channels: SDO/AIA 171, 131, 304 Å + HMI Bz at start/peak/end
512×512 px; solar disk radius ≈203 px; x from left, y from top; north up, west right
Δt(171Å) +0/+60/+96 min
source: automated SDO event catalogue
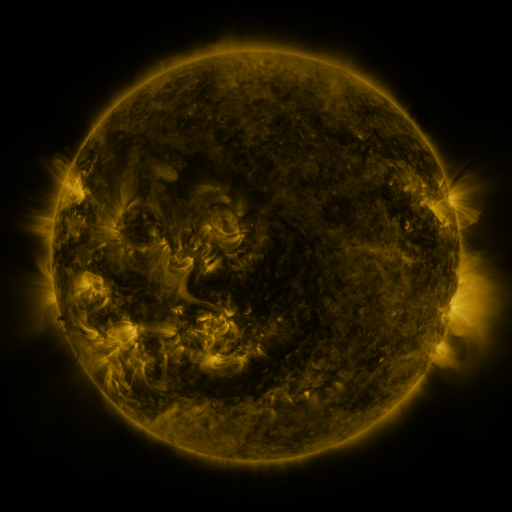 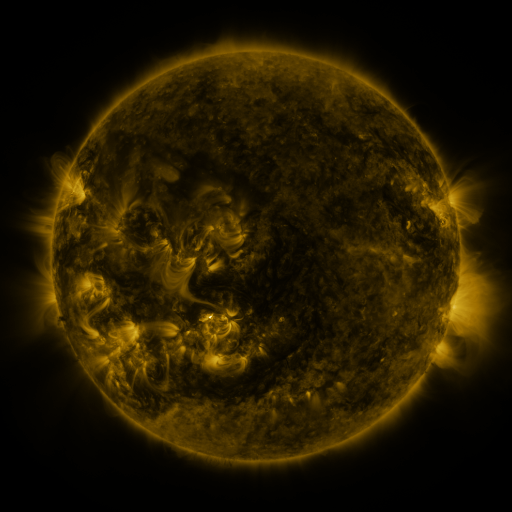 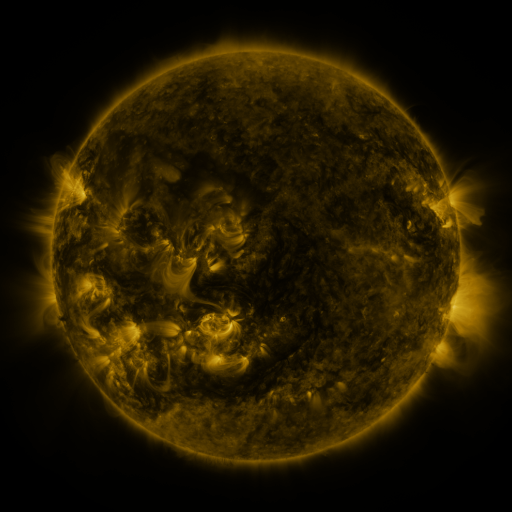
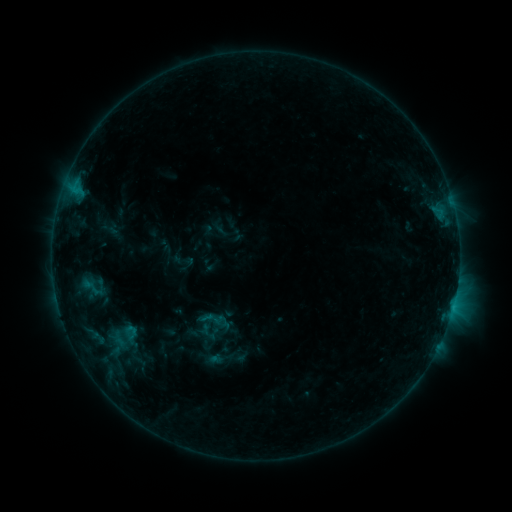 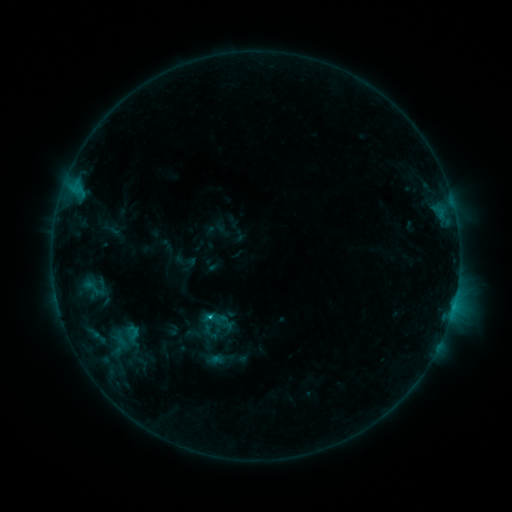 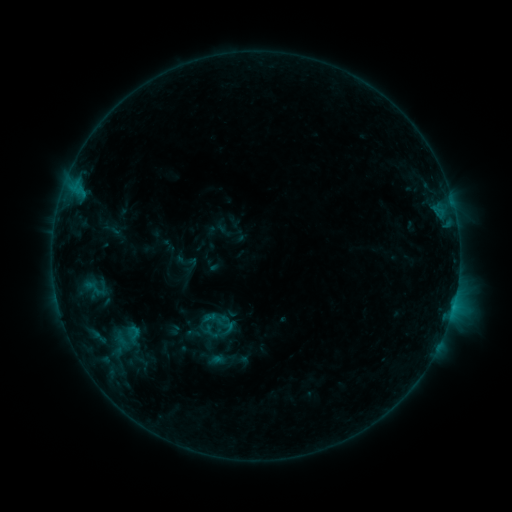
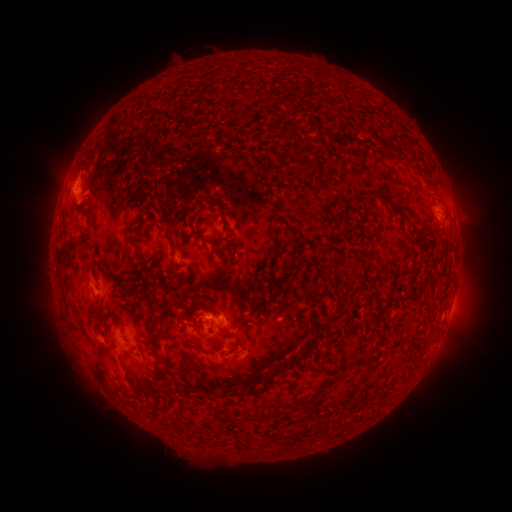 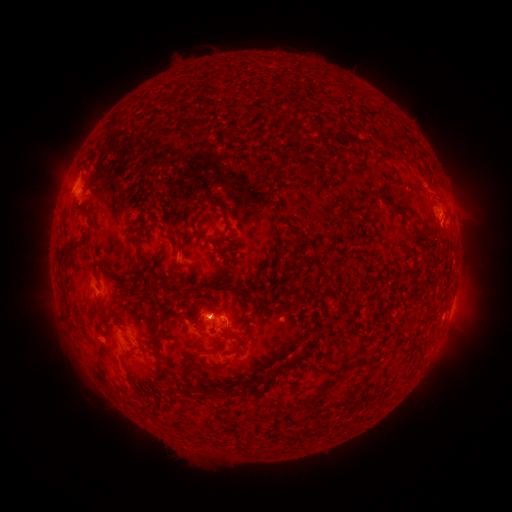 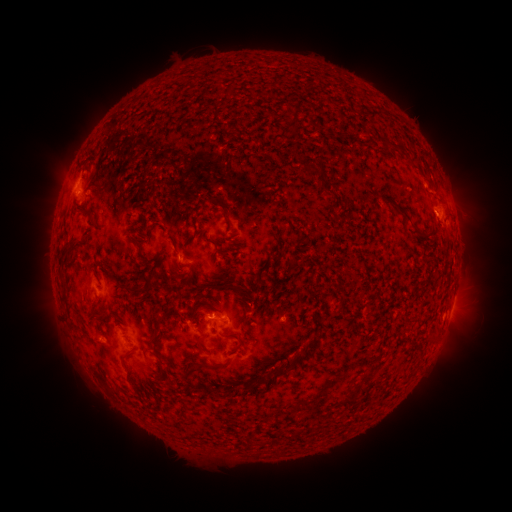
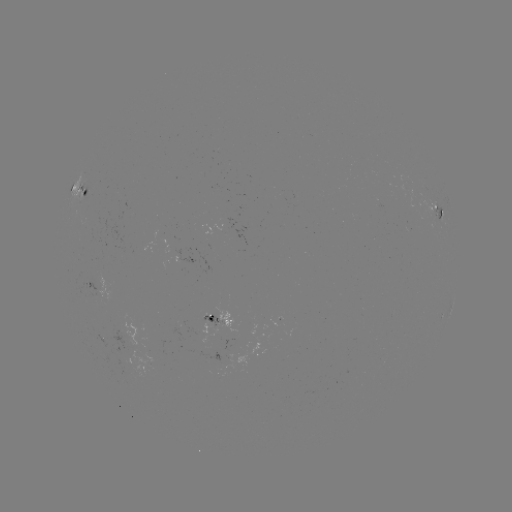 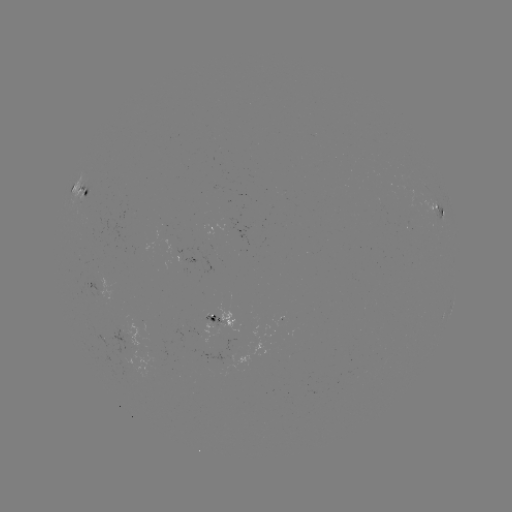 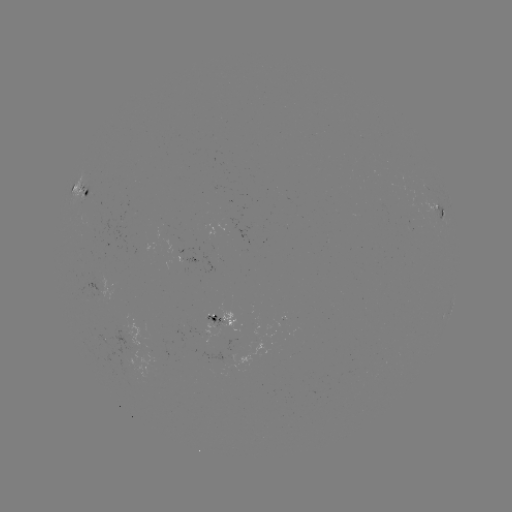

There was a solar emerging-flux region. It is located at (143, 323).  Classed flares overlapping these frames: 1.